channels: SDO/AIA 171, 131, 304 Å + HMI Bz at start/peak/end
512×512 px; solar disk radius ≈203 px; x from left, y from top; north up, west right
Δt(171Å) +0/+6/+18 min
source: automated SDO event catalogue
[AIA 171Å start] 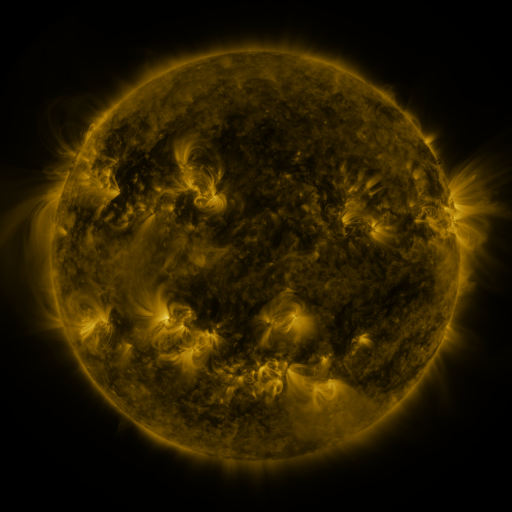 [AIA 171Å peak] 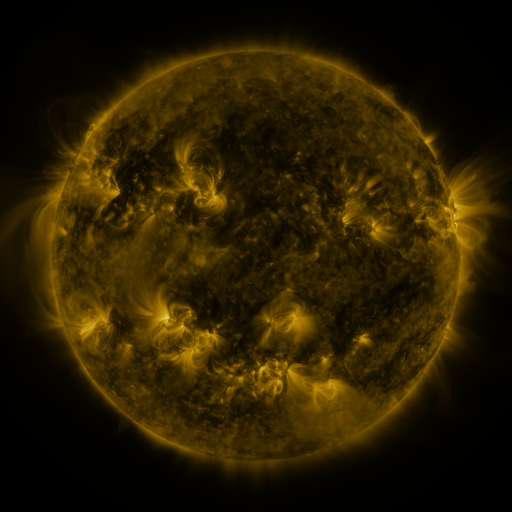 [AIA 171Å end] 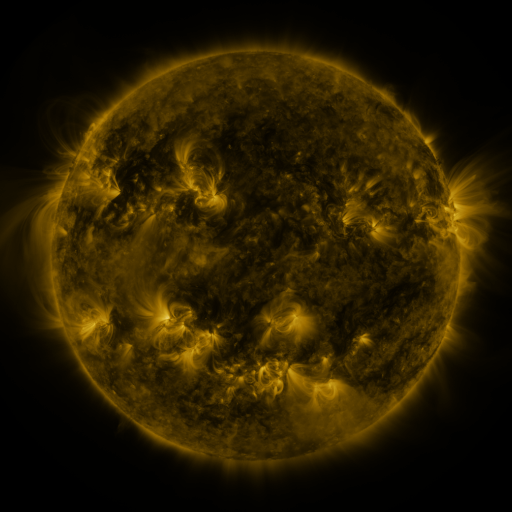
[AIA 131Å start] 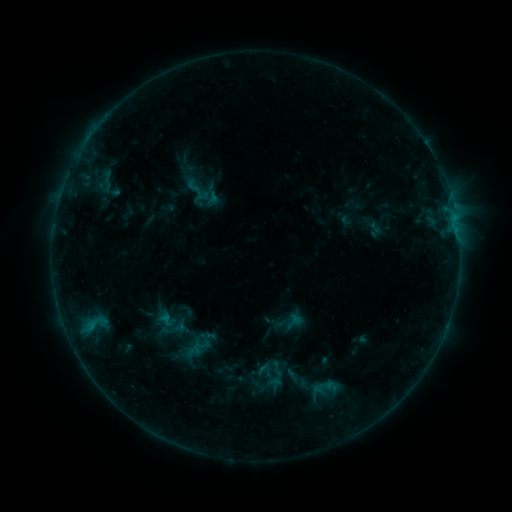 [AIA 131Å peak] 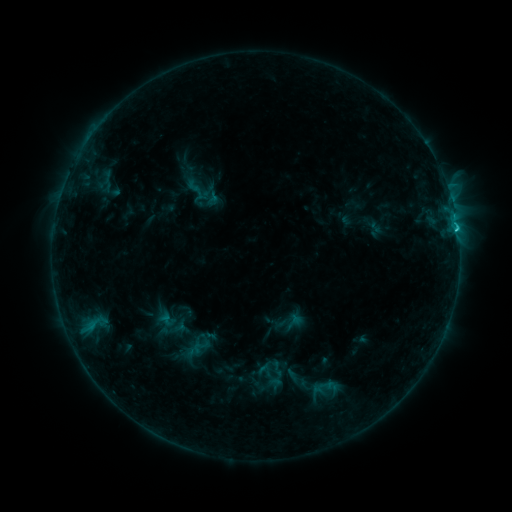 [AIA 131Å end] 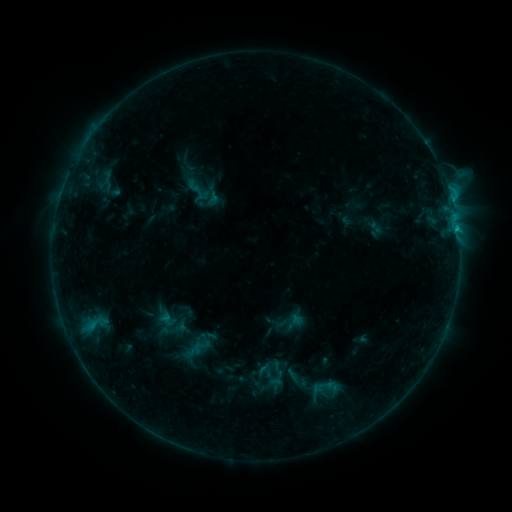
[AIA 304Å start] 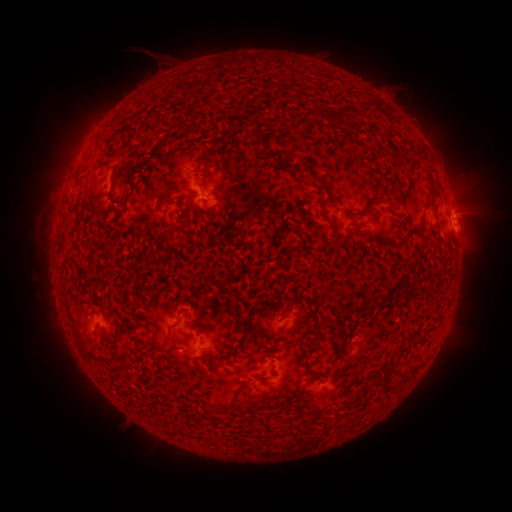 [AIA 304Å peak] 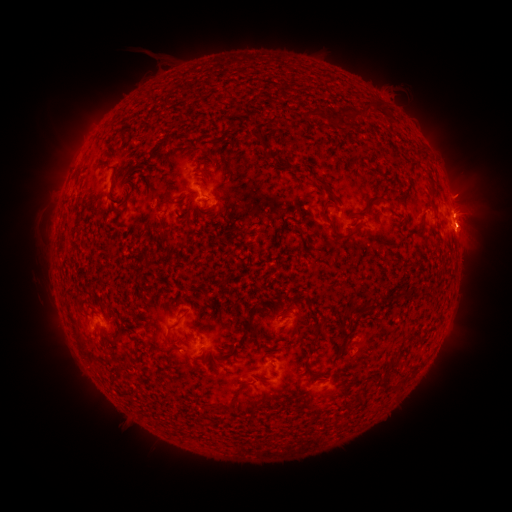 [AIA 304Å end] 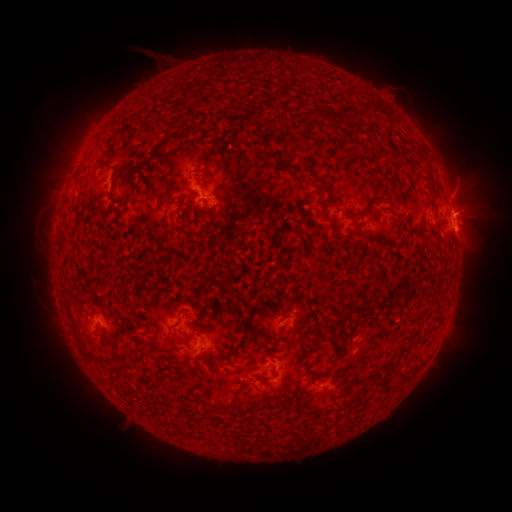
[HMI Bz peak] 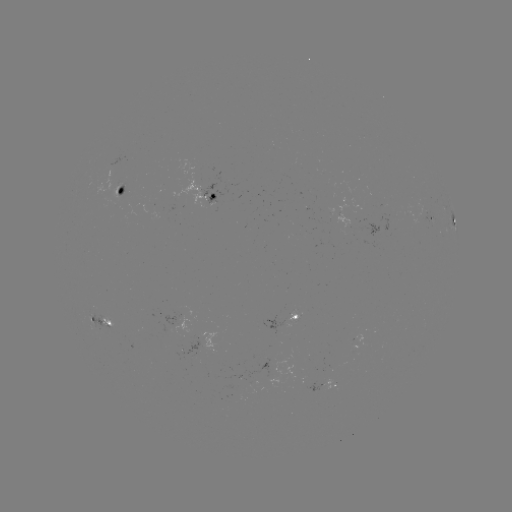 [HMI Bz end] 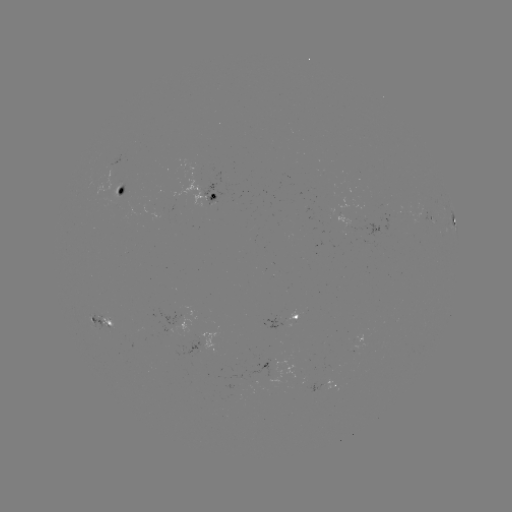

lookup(C2.5 flare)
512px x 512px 456,229